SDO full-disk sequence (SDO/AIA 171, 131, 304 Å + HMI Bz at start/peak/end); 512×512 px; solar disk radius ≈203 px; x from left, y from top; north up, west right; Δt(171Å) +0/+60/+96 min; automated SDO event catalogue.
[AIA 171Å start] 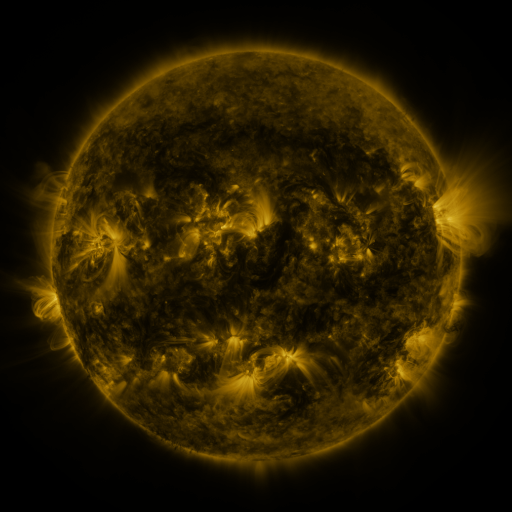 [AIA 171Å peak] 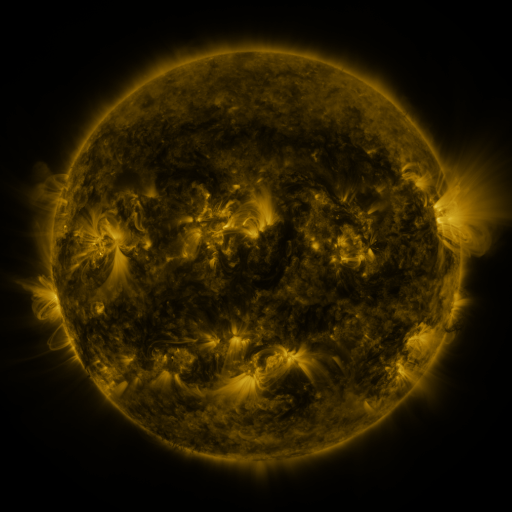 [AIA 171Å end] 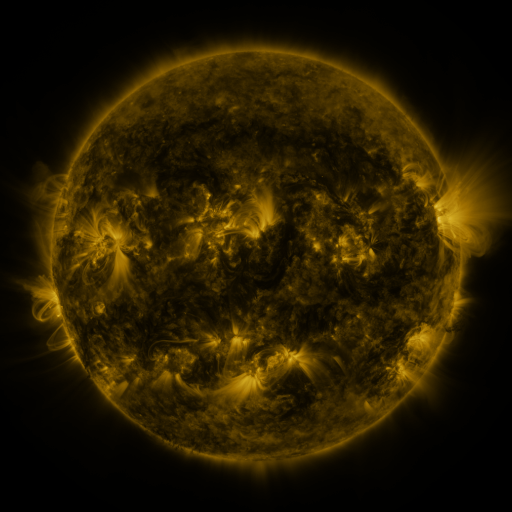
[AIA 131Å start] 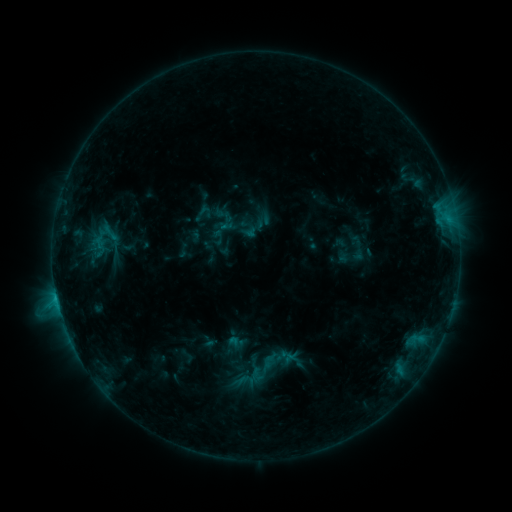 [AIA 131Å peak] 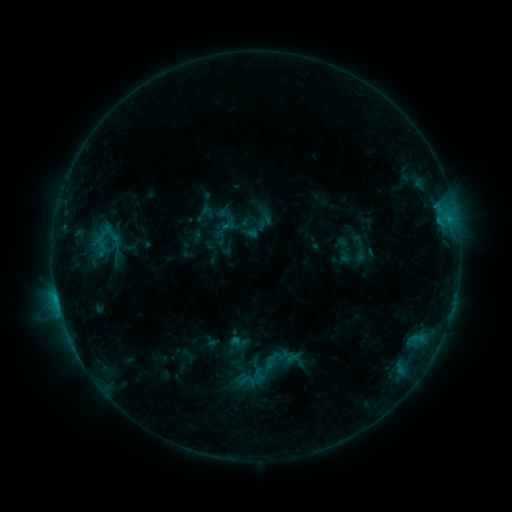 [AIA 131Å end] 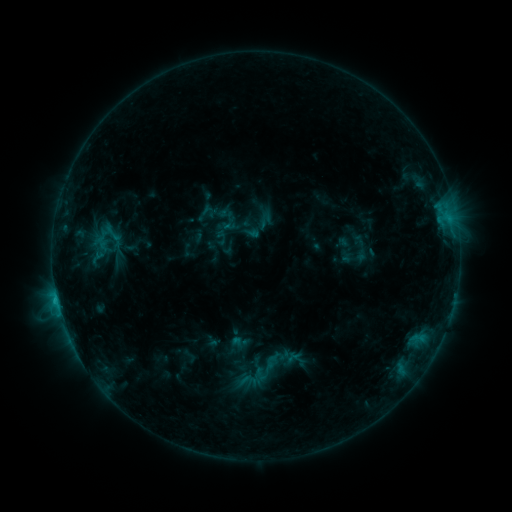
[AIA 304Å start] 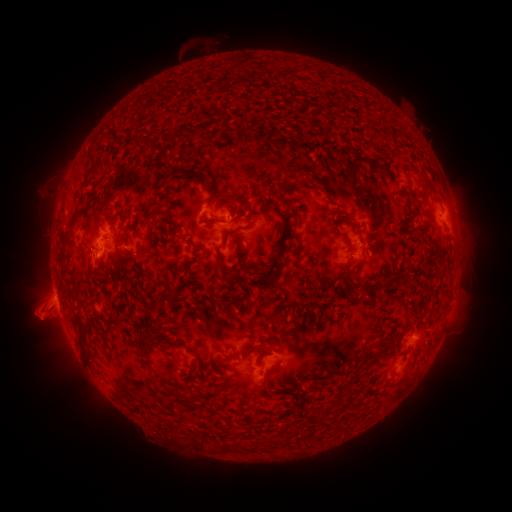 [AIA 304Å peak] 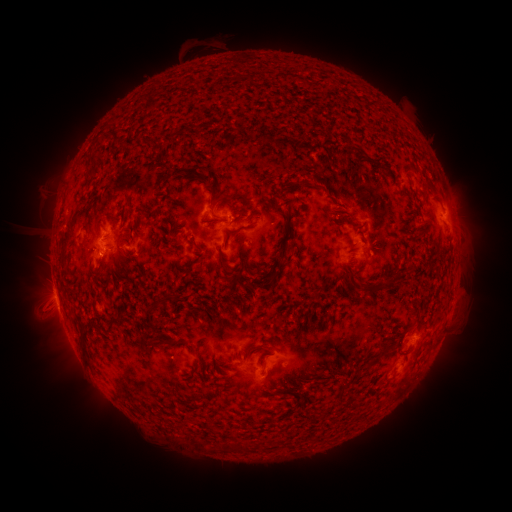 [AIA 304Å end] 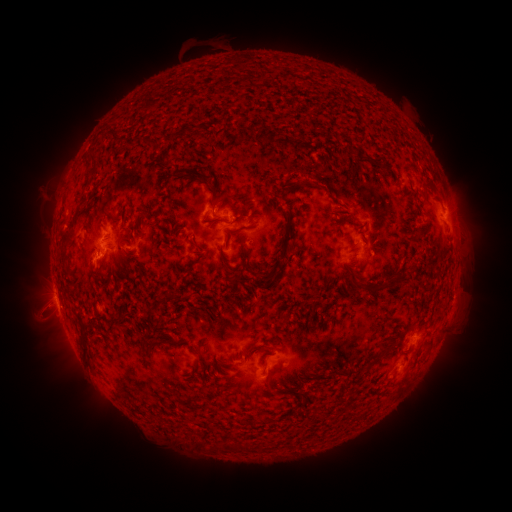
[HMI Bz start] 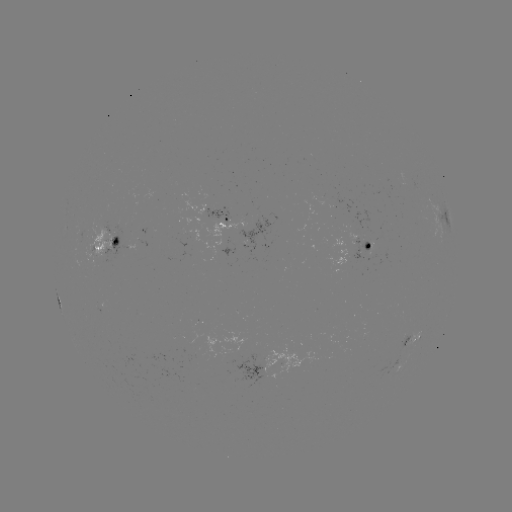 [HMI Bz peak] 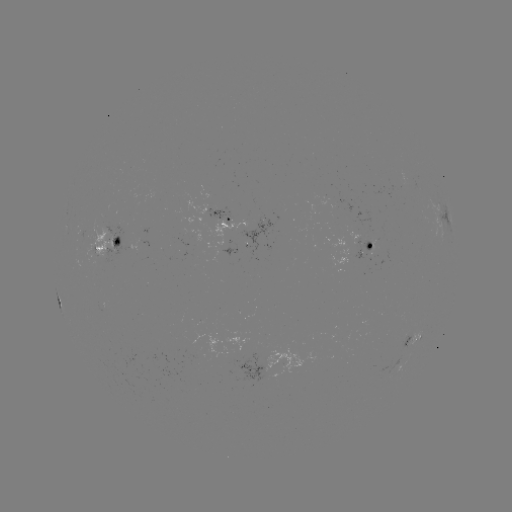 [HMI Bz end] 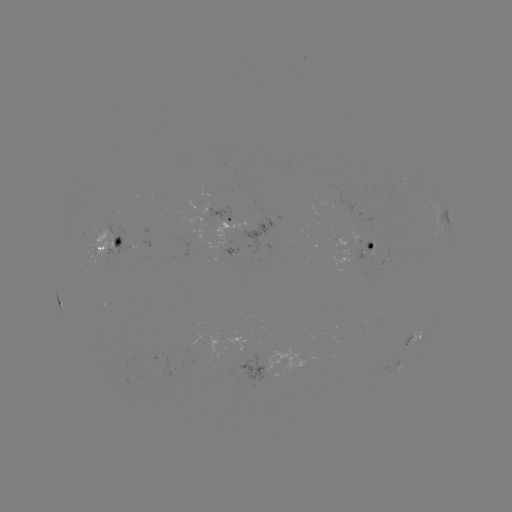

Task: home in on emerging-flux region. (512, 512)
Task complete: [105, 251].